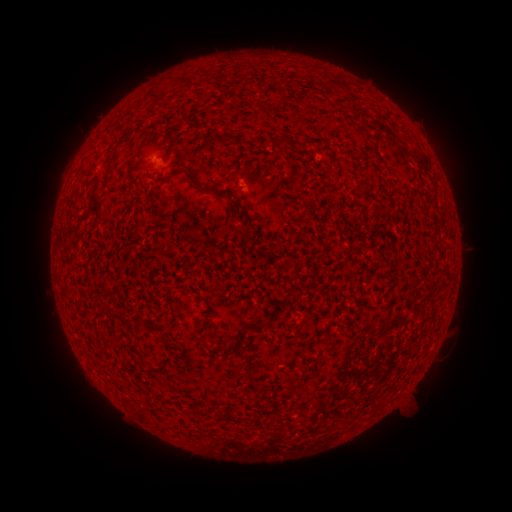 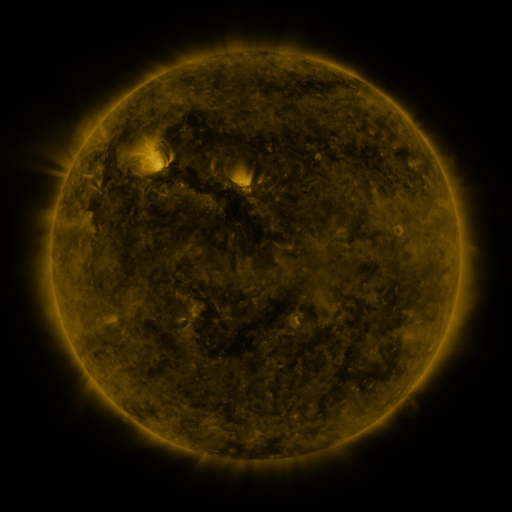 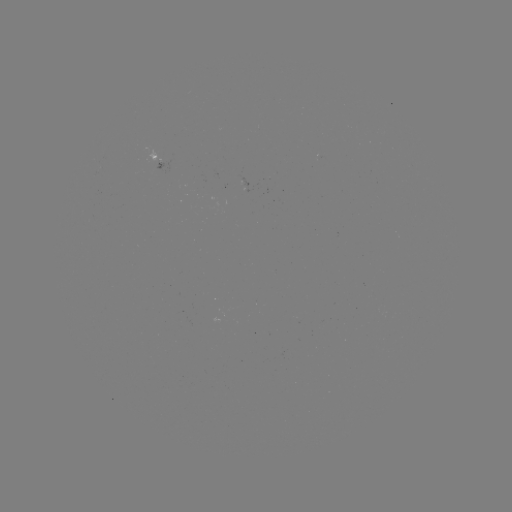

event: spotted active region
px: (157, 163)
